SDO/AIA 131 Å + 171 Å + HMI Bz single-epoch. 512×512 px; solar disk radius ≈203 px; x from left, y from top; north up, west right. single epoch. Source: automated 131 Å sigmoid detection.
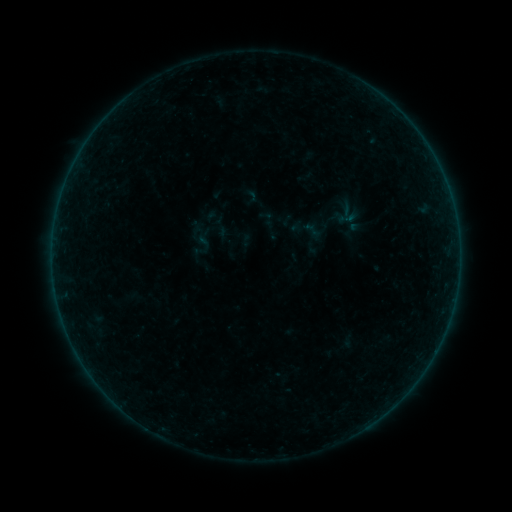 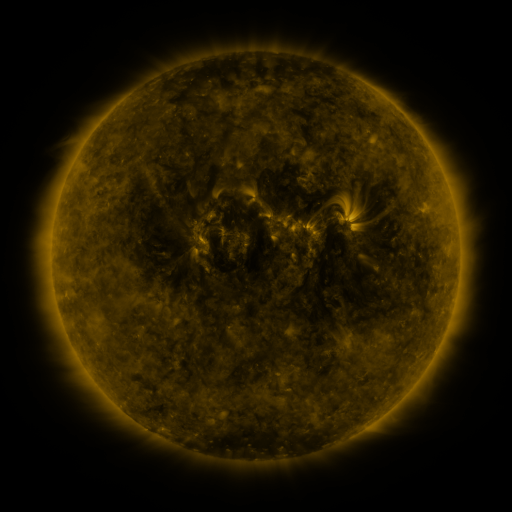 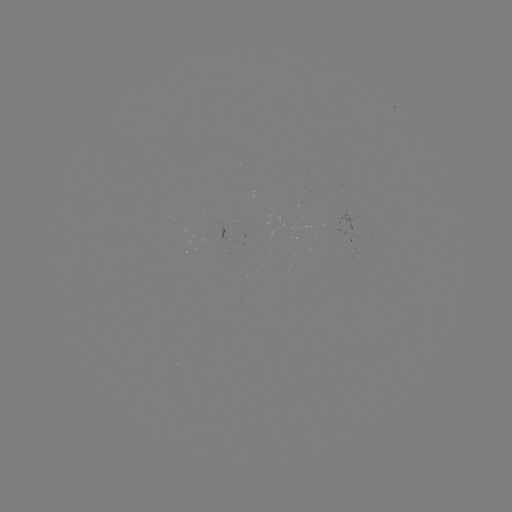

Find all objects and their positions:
sigmoid: (348, 217)
sigmoid: (220, 223)
